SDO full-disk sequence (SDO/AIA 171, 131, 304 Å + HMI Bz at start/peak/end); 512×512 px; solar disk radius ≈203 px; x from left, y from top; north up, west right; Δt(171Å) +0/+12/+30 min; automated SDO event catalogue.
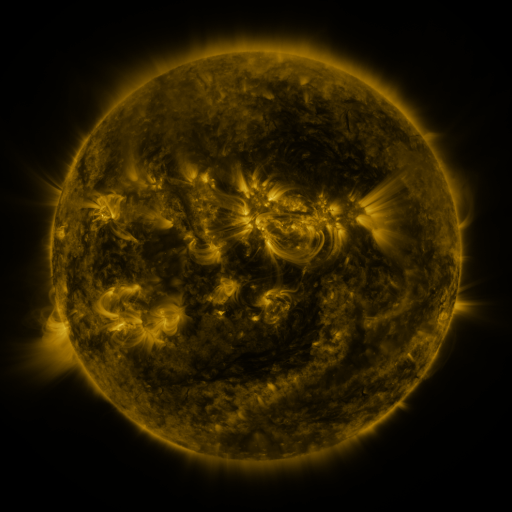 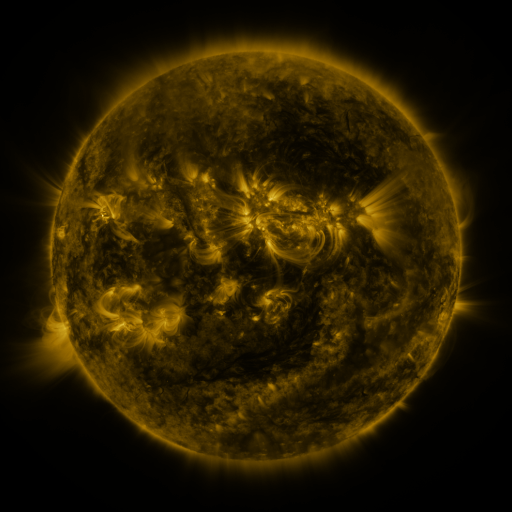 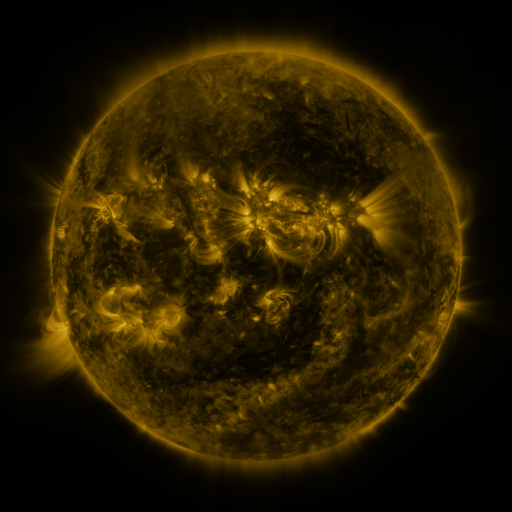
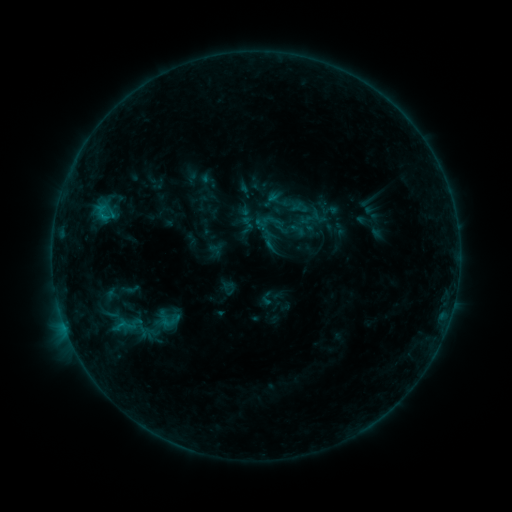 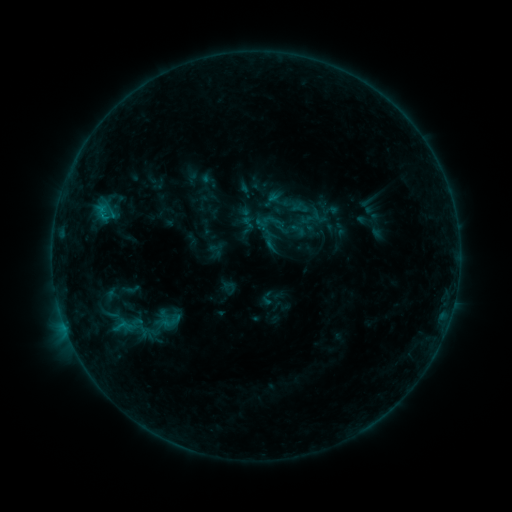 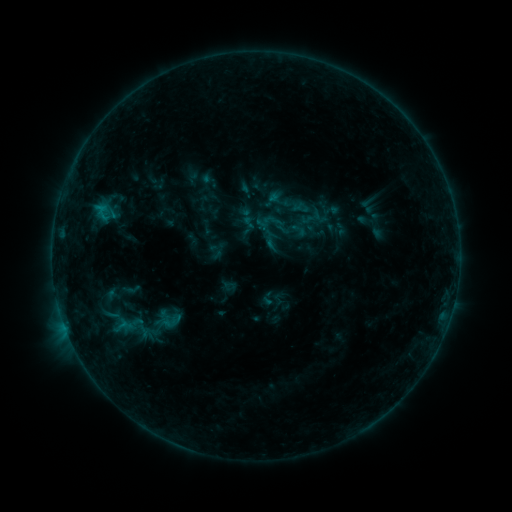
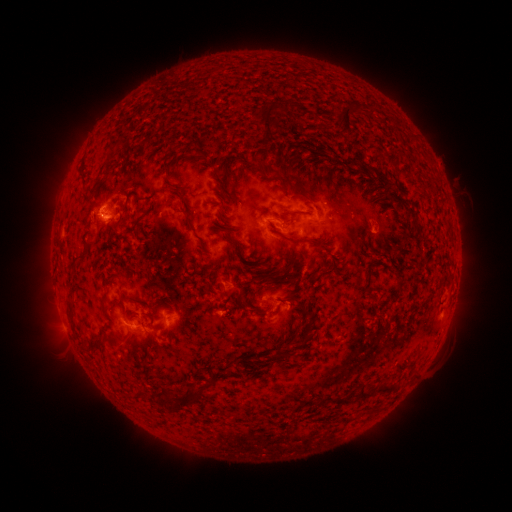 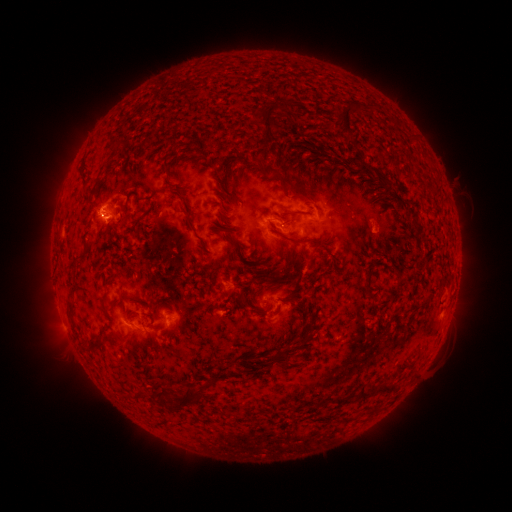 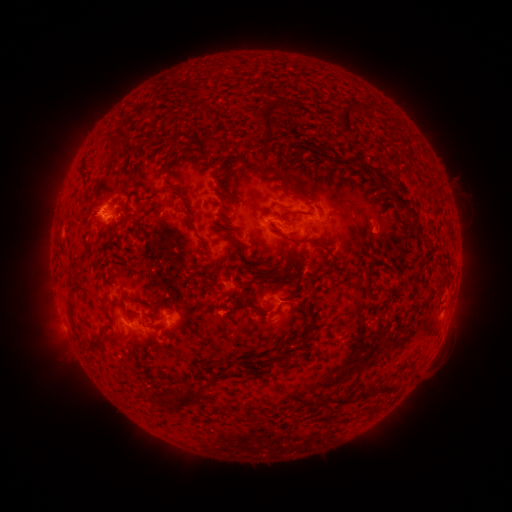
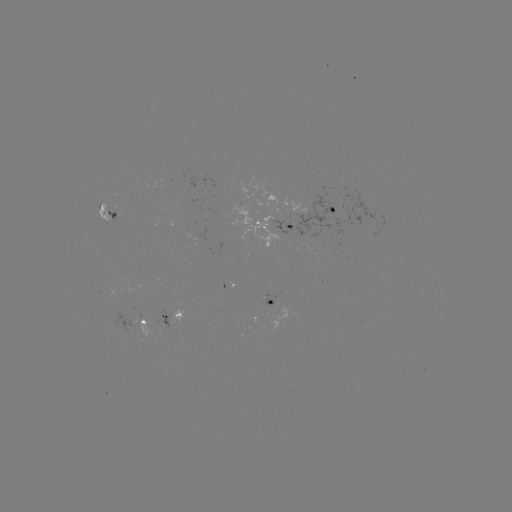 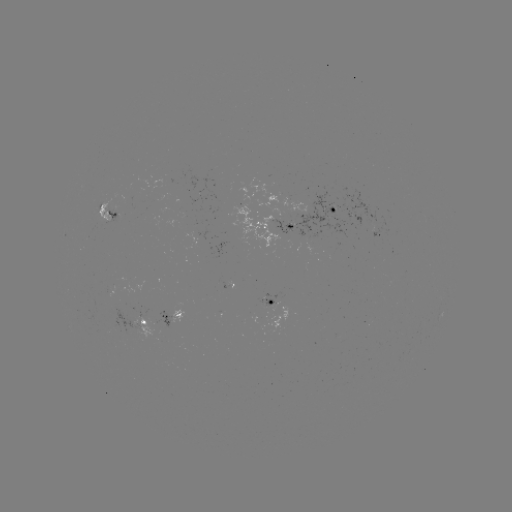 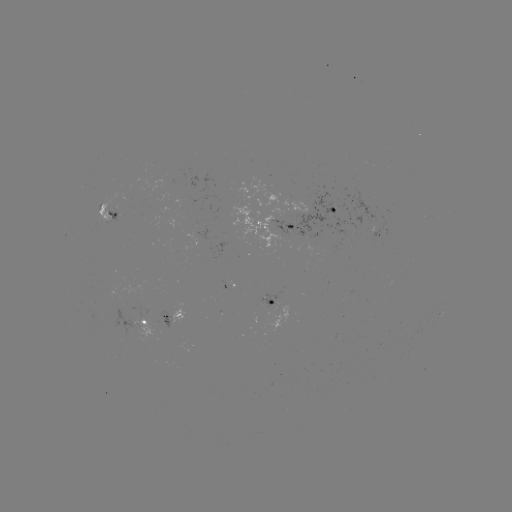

no classed flare was catalogued and no EUV brightening was flagged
